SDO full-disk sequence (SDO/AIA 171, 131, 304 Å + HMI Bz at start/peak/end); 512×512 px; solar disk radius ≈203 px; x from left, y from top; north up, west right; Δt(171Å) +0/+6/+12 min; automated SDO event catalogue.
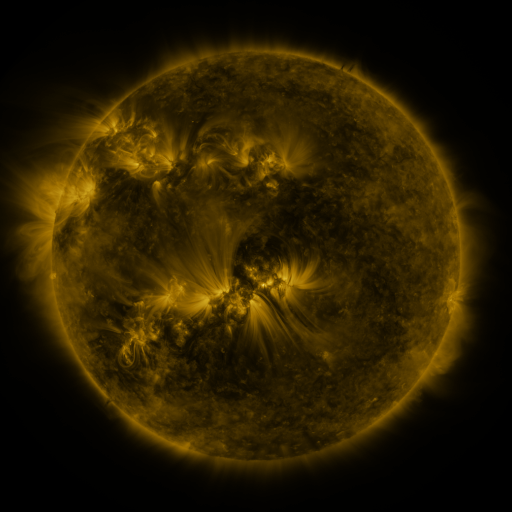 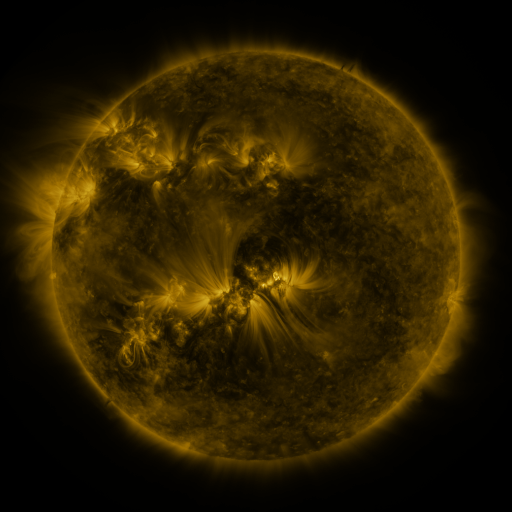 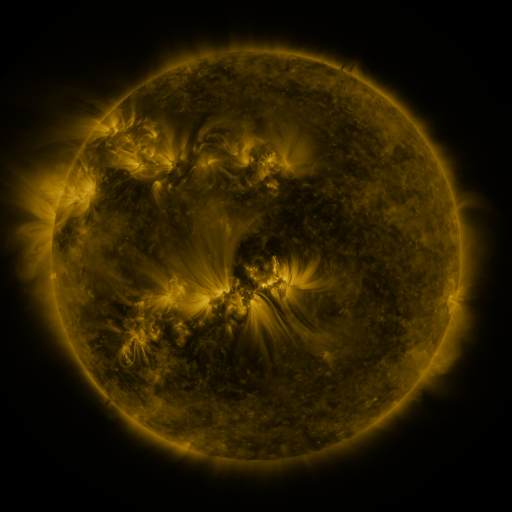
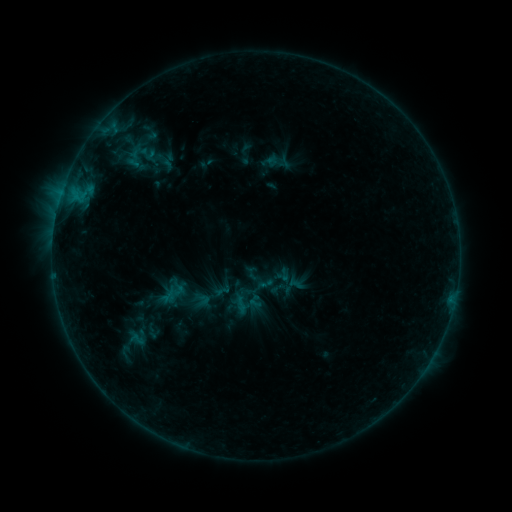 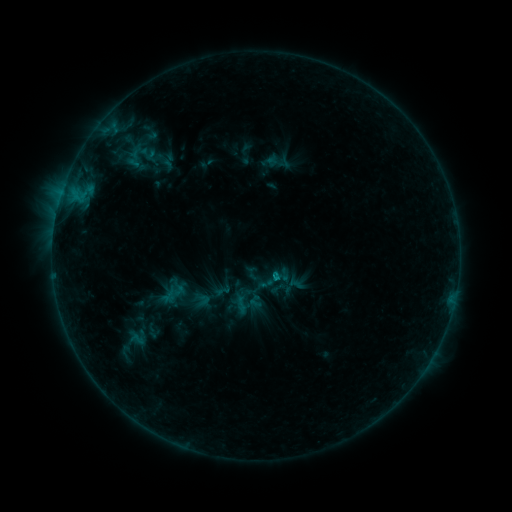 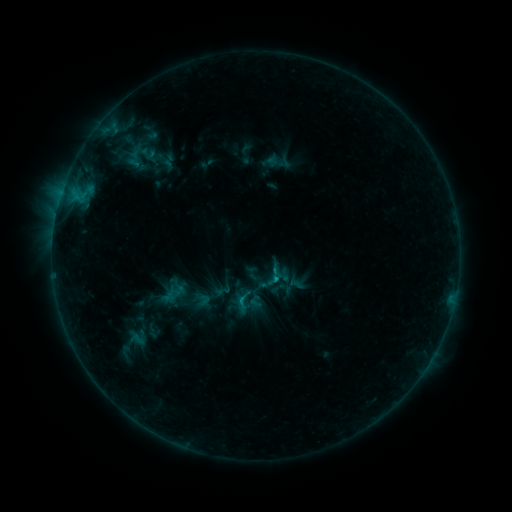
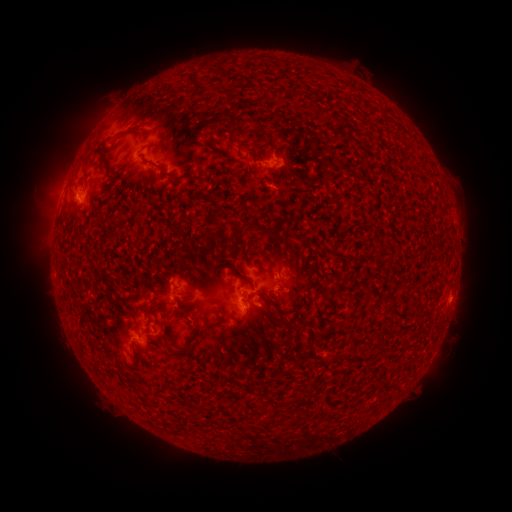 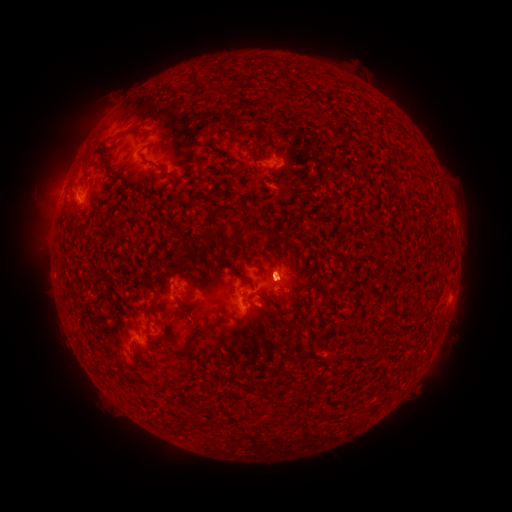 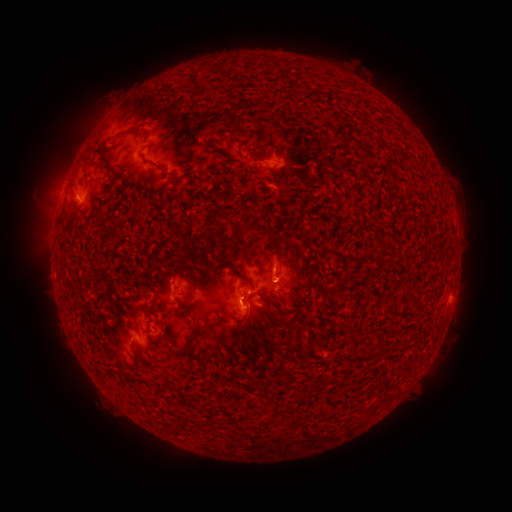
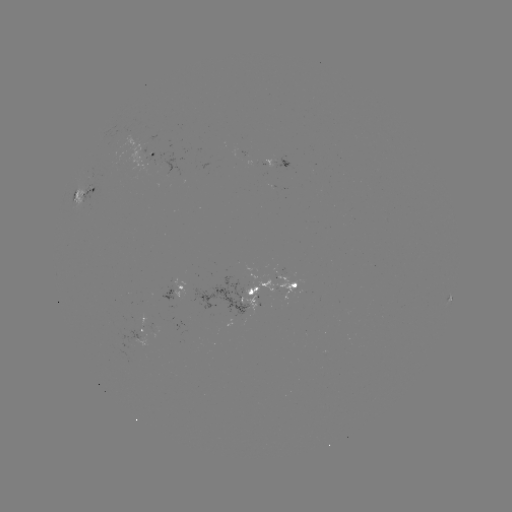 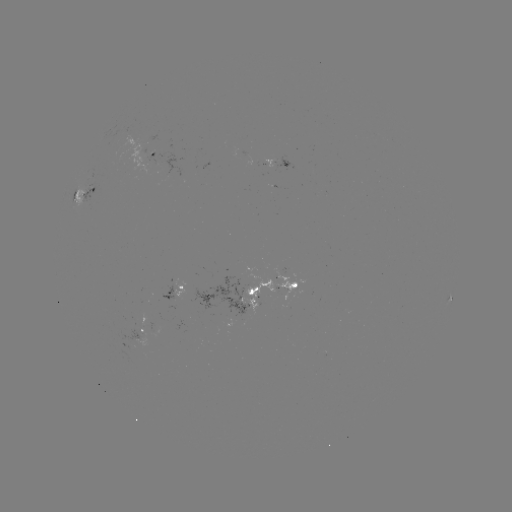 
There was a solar eruption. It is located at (276, 273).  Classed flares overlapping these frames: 1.